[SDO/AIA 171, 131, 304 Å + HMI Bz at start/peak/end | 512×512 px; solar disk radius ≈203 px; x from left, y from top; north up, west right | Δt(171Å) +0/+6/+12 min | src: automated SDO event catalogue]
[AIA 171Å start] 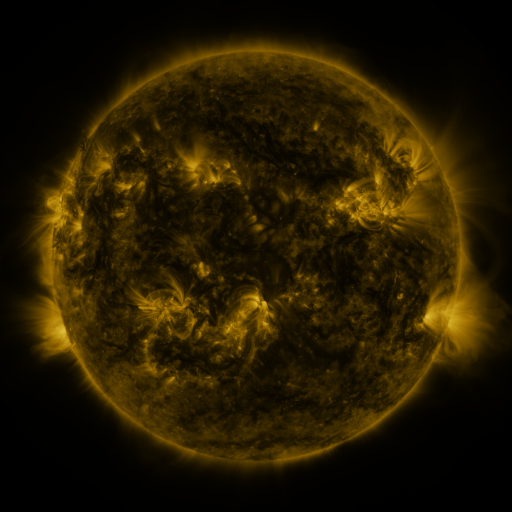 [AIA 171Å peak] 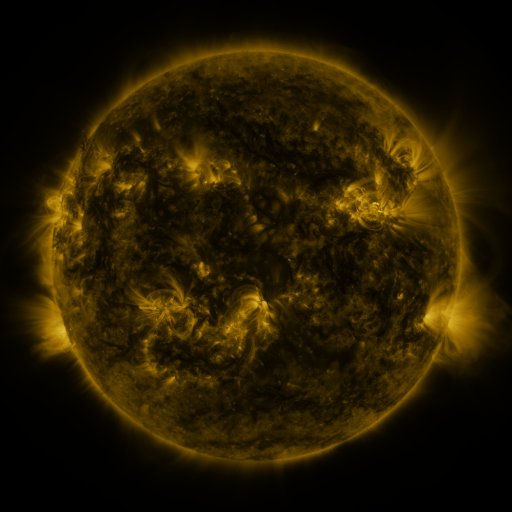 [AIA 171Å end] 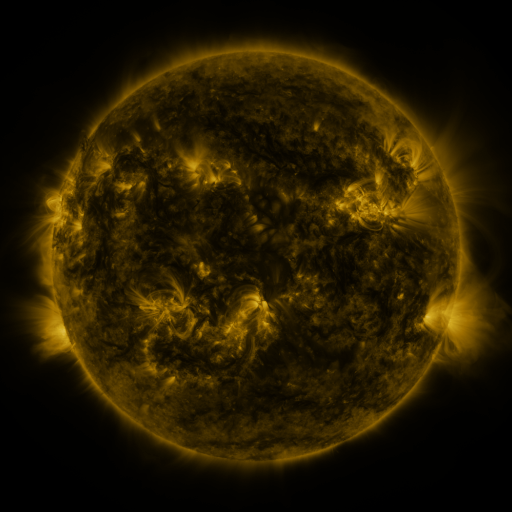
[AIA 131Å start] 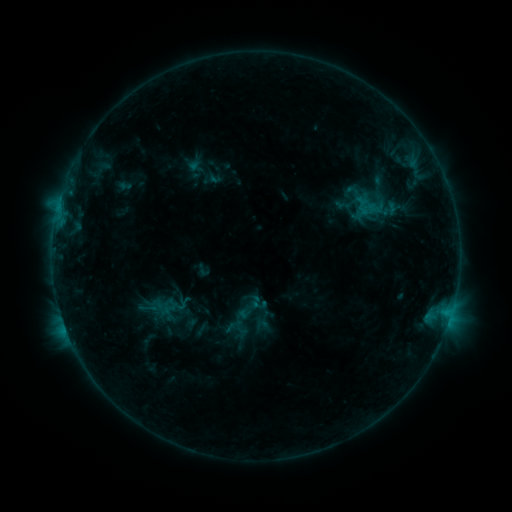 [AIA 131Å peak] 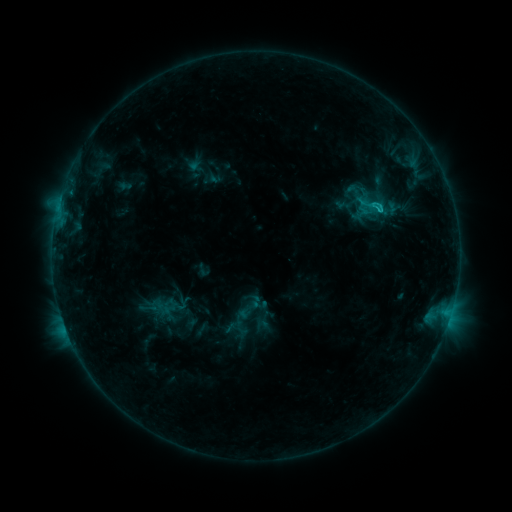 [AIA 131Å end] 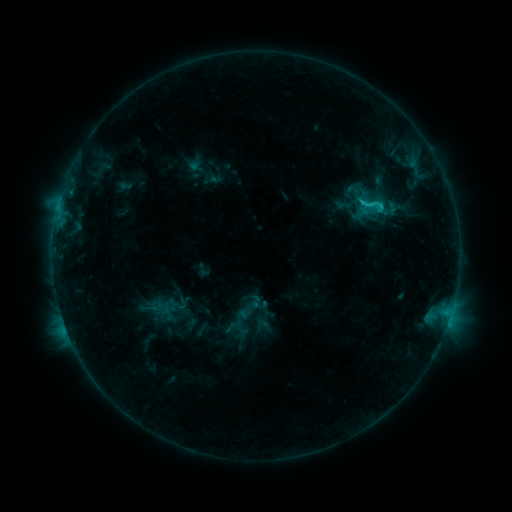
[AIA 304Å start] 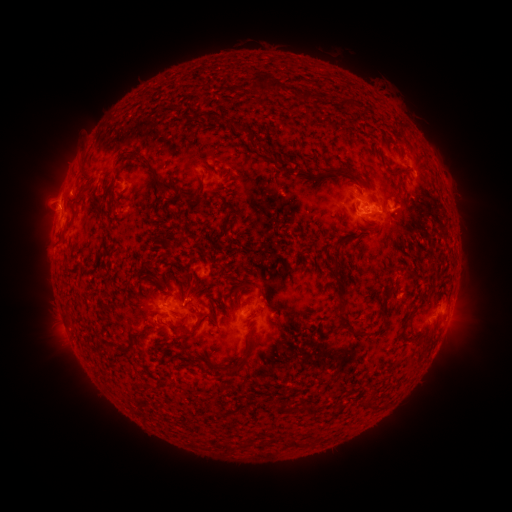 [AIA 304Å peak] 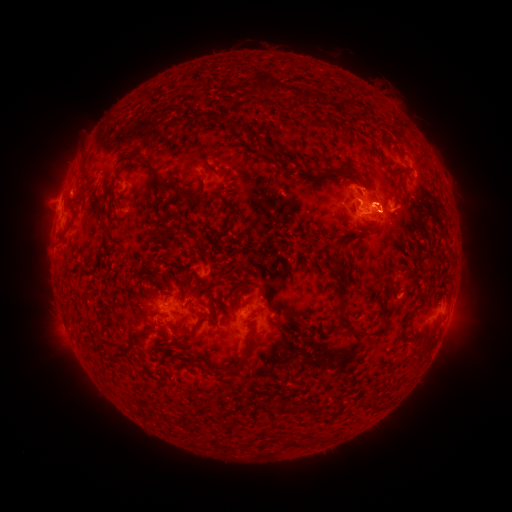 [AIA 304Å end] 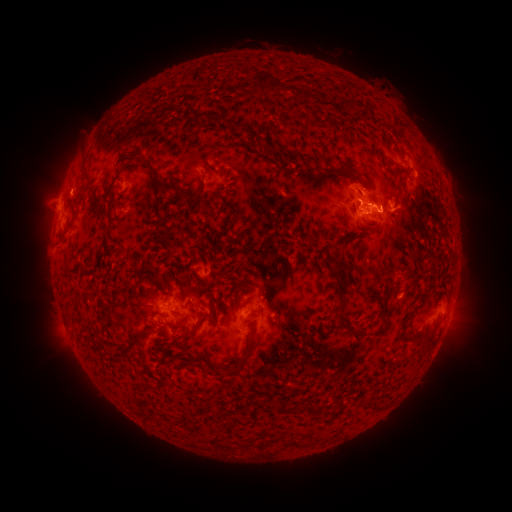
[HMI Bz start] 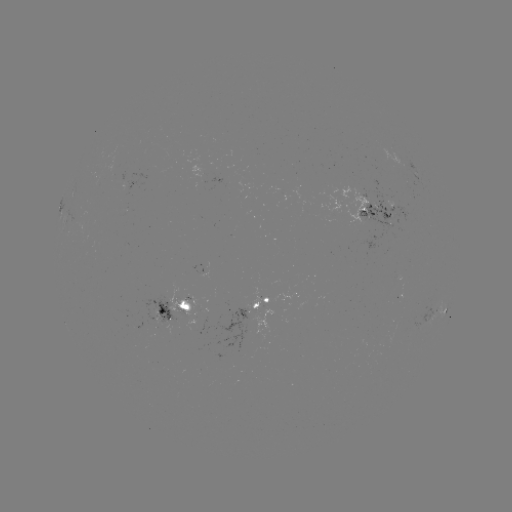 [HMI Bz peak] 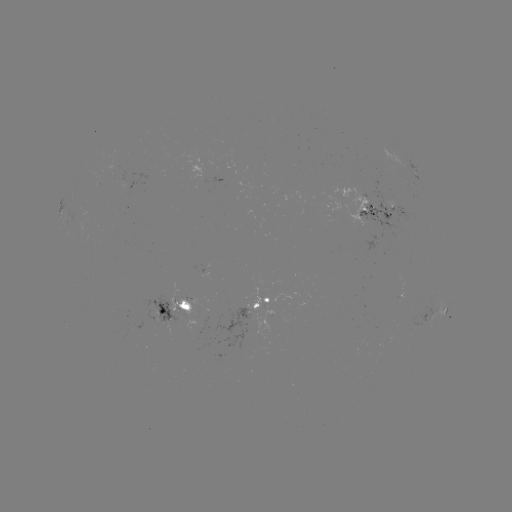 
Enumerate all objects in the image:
eruption: (399, 223)
